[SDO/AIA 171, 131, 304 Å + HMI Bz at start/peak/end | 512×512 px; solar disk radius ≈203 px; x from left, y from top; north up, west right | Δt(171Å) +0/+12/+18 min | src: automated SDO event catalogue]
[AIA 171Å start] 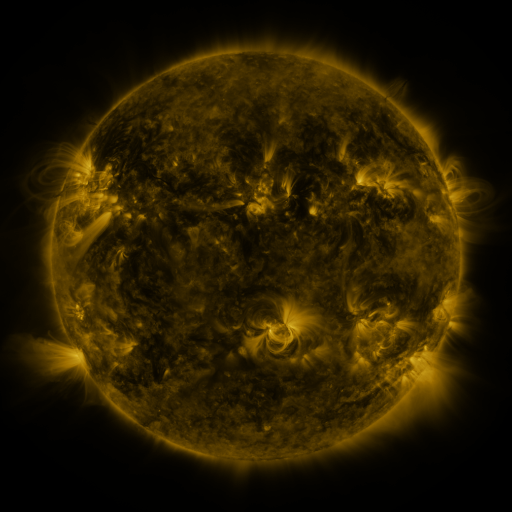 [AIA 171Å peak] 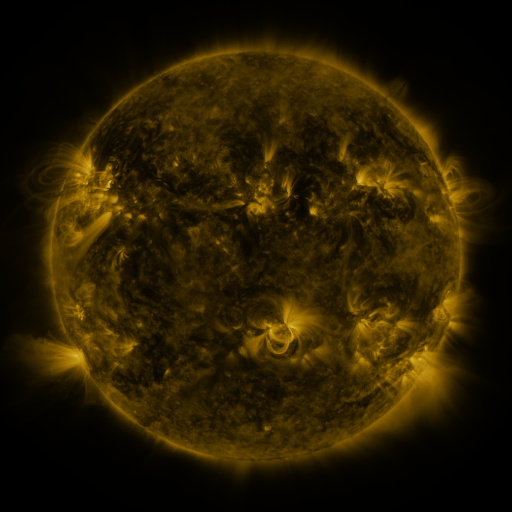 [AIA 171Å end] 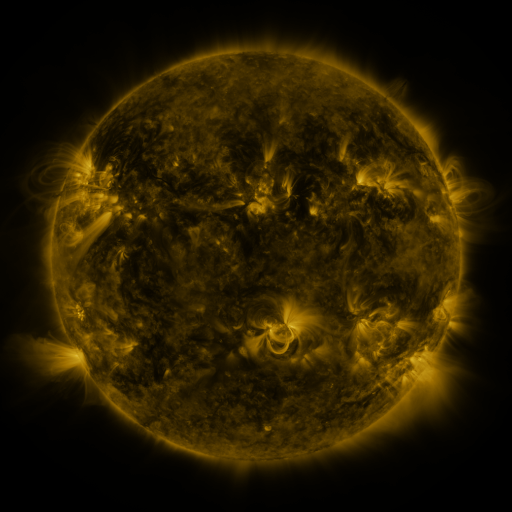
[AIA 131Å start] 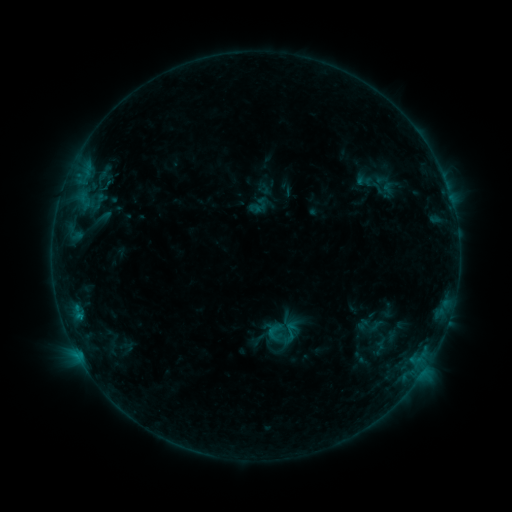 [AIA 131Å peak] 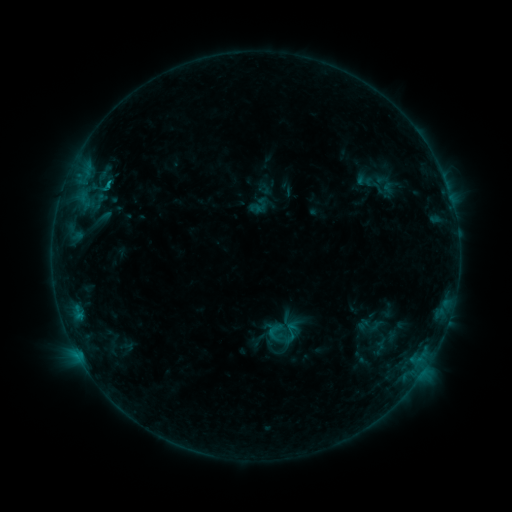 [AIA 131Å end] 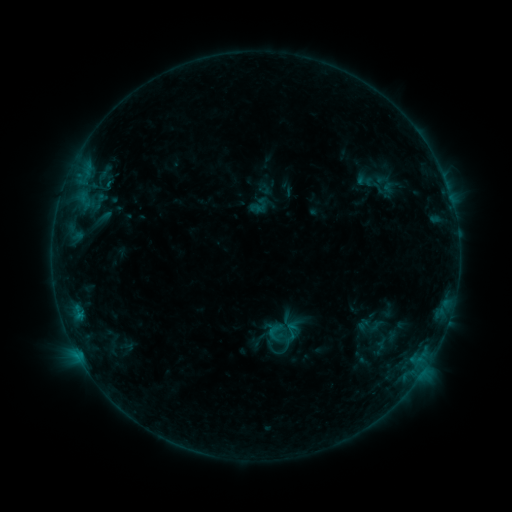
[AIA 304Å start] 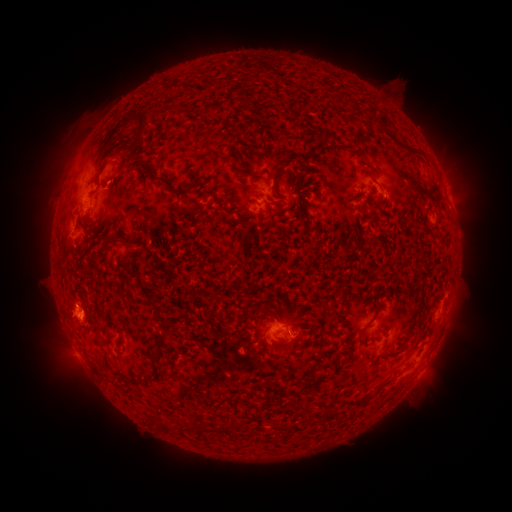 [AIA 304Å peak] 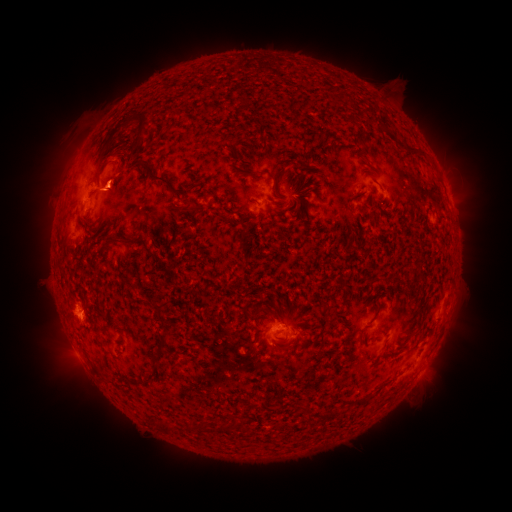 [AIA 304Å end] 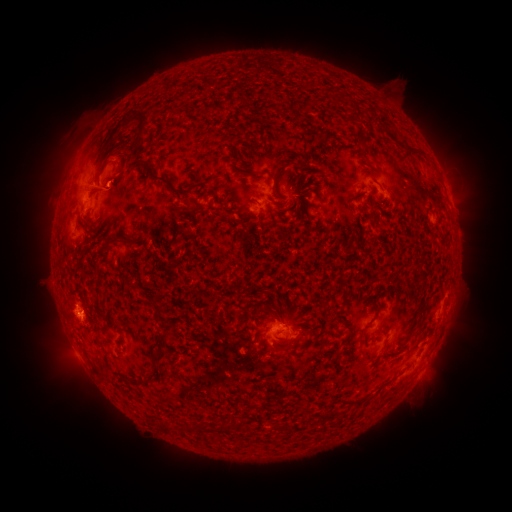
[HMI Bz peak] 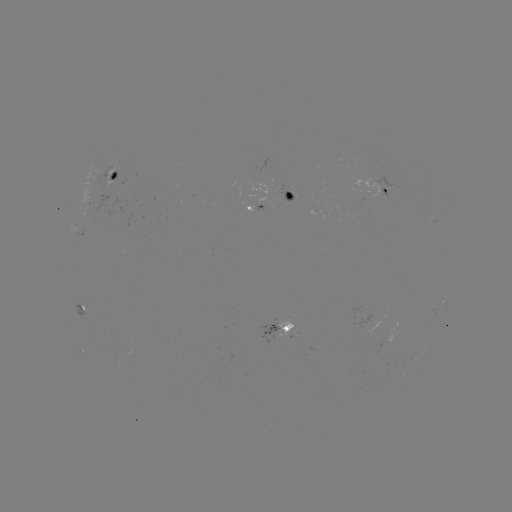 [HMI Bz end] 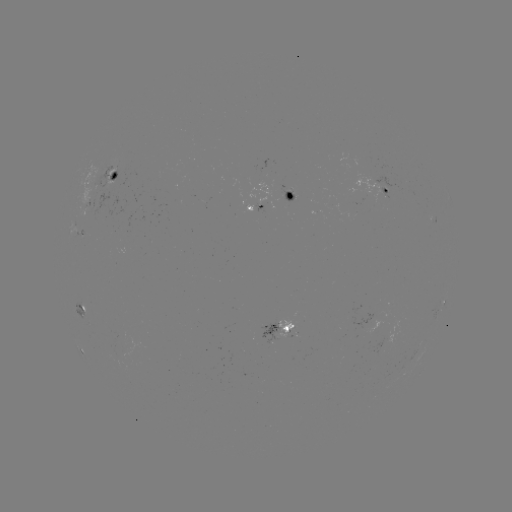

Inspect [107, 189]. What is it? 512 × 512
eruption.